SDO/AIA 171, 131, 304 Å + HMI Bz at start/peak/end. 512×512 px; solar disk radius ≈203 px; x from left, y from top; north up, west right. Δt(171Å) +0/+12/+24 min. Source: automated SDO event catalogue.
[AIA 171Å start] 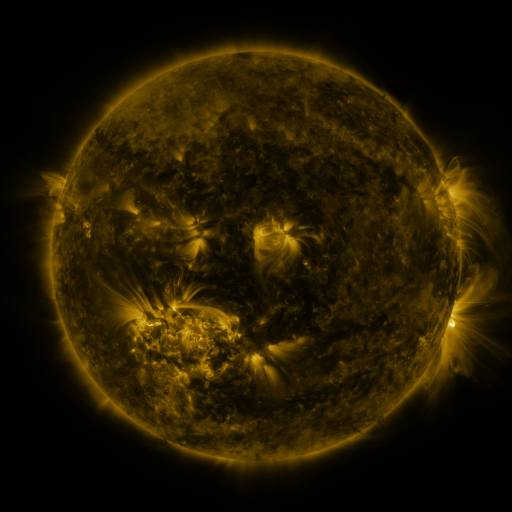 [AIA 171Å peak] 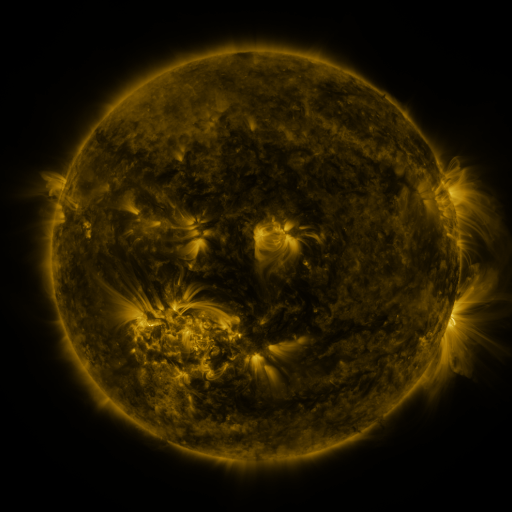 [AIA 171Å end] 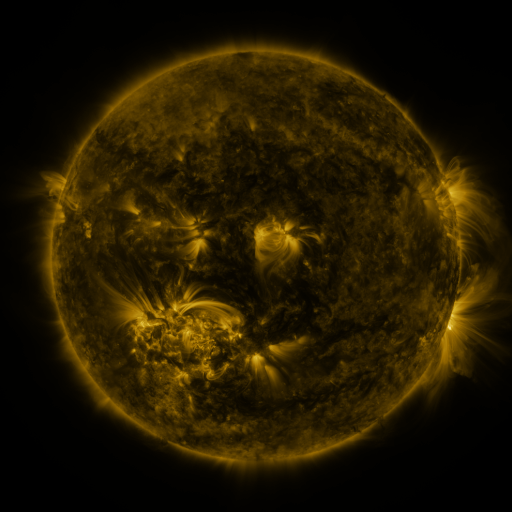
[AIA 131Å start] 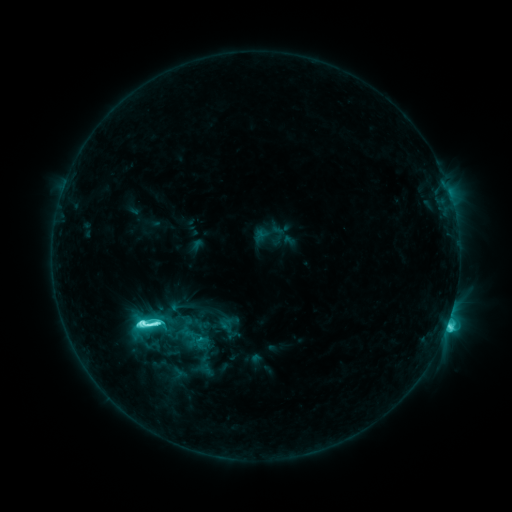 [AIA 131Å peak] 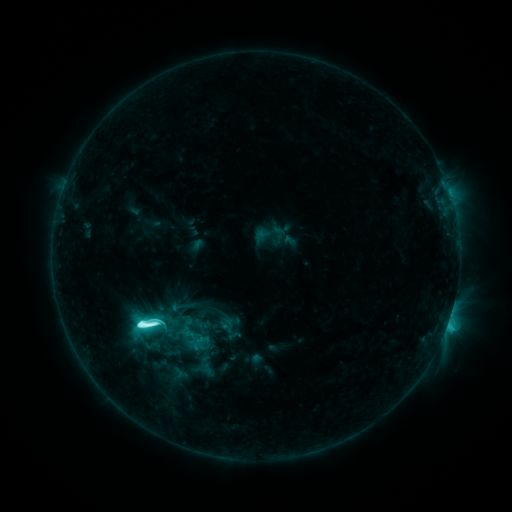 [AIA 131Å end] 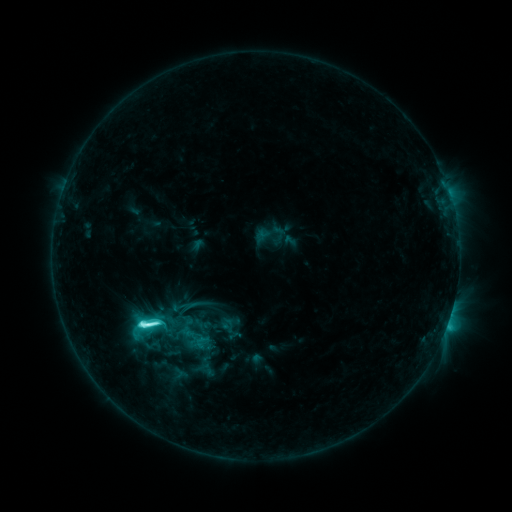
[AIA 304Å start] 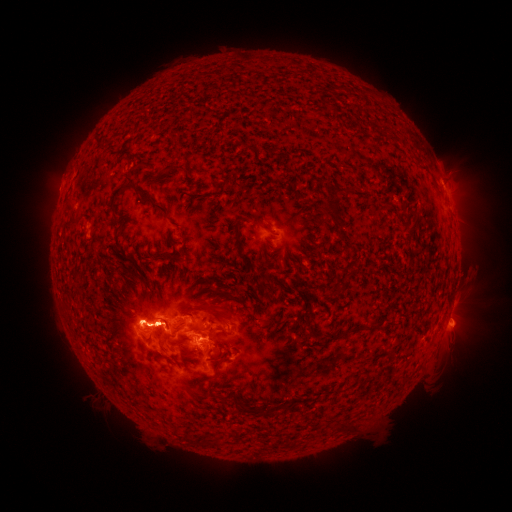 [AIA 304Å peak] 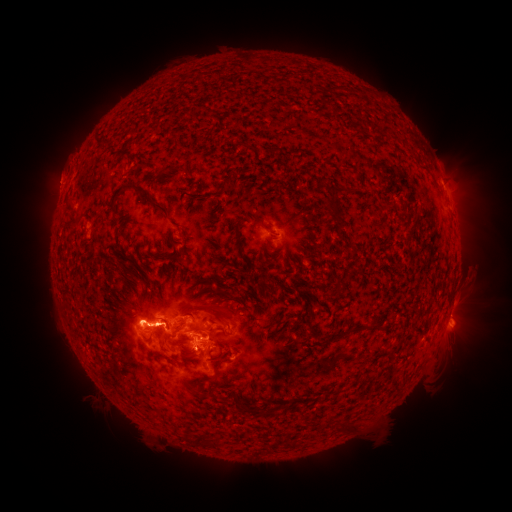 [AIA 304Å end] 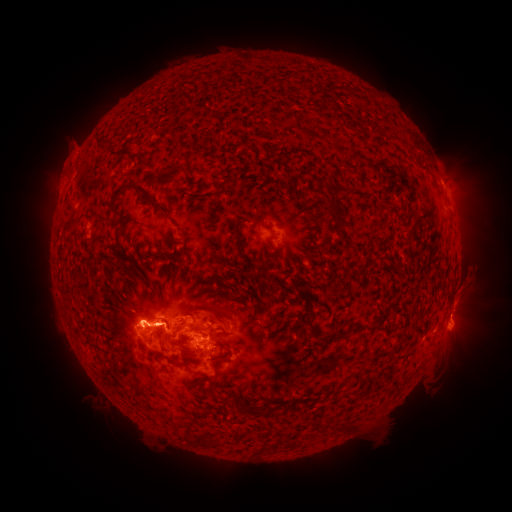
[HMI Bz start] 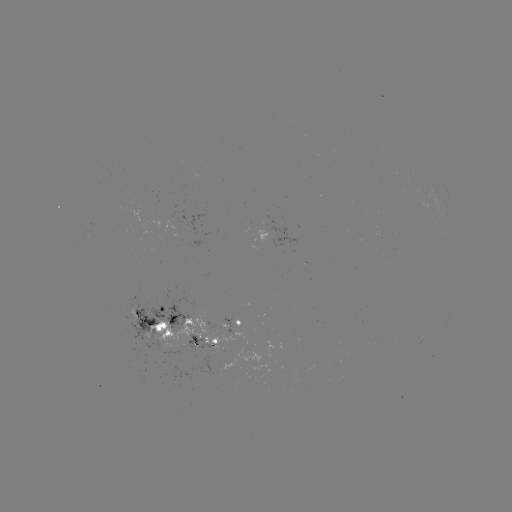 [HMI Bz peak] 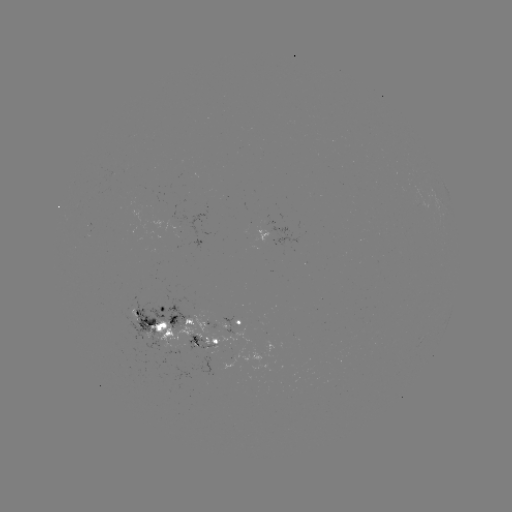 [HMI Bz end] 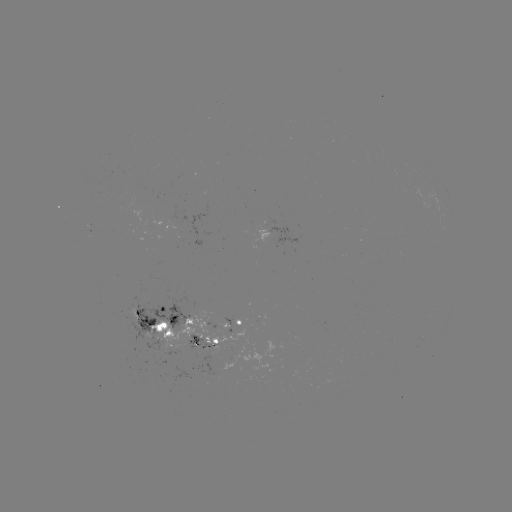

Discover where eruption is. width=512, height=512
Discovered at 58,176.